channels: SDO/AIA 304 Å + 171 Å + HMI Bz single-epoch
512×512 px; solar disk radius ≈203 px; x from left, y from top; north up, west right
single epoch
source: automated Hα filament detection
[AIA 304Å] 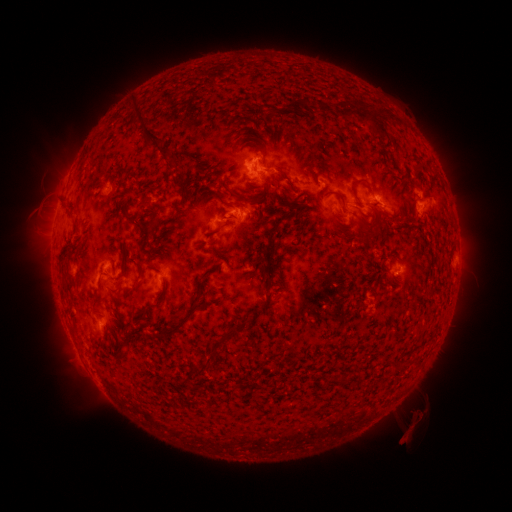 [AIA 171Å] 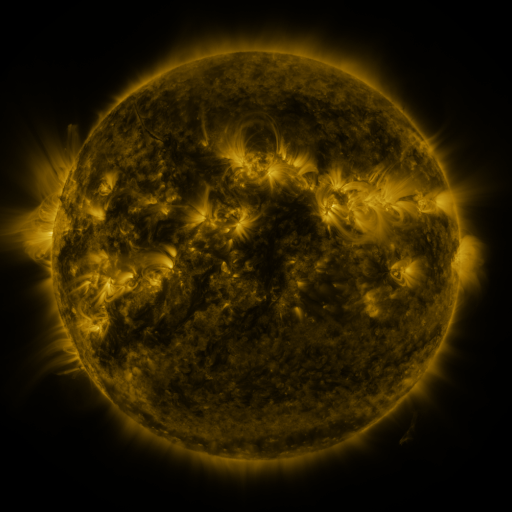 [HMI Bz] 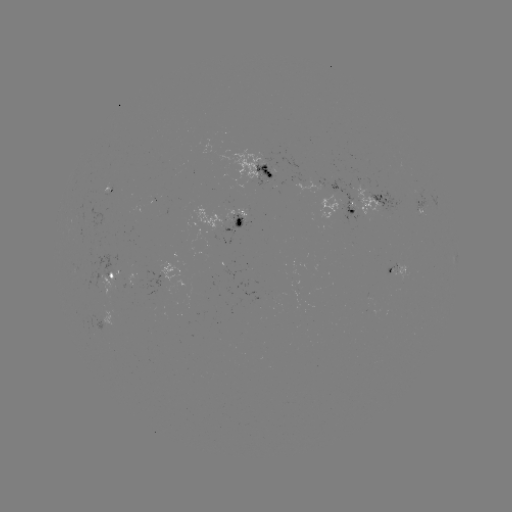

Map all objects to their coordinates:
filament: (304, 105)
filament: (323, 107)
filament: (344, 111)
filament: (379, 119)
filament: (145, 134)
filament: (255, 147)
filament: (173, 164)
filament: (207, 168)
filament: (360, 179)
filament: (178, 181)
filament: (223, 185)
filament: (182, 192)
filament: (340, 196)
filament: (146, 203)
filament: (169, 219)
filament: (153, 220)
filament: (135, 224)
filament: (221, 227)
filament: (141, 270)
filament: (212, 270)
filament: (66, 291)
filament: (205, 297)
filament: (268, 298)
filament: (161, 303)
filament: (121, 315)
filament: (178, 328)
filament: (223, 340)
filament: (126, 345)
filament: (204, 370)
filament: (184, 382)
